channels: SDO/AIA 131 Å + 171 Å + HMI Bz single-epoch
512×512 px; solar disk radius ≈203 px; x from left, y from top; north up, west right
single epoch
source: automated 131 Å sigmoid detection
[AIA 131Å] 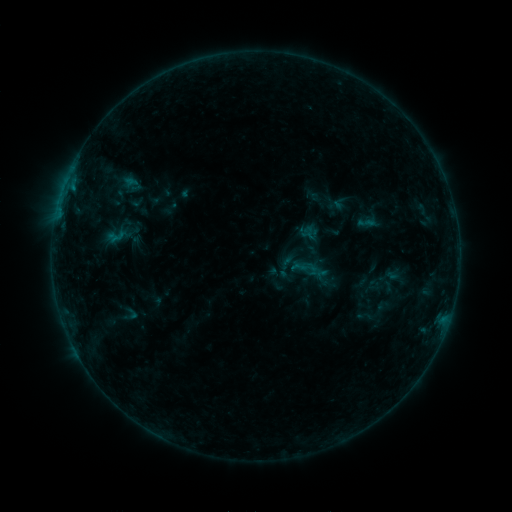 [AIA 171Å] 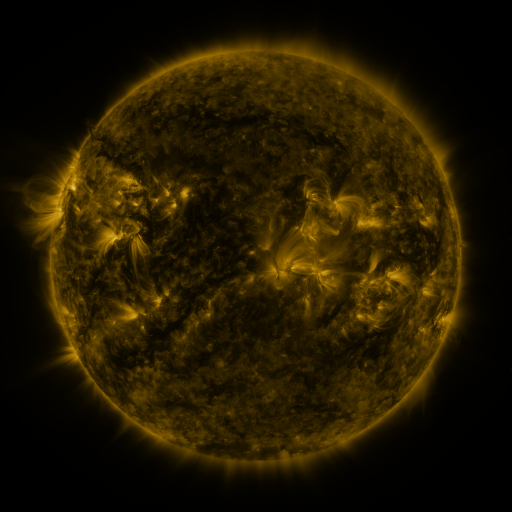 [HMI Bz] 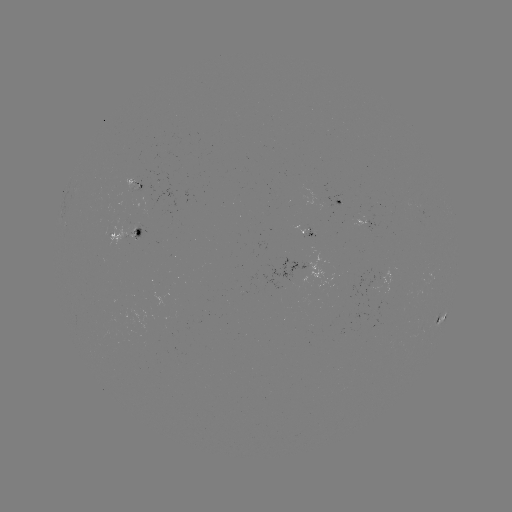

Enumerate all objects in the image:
sigmoid: (118, 237)
